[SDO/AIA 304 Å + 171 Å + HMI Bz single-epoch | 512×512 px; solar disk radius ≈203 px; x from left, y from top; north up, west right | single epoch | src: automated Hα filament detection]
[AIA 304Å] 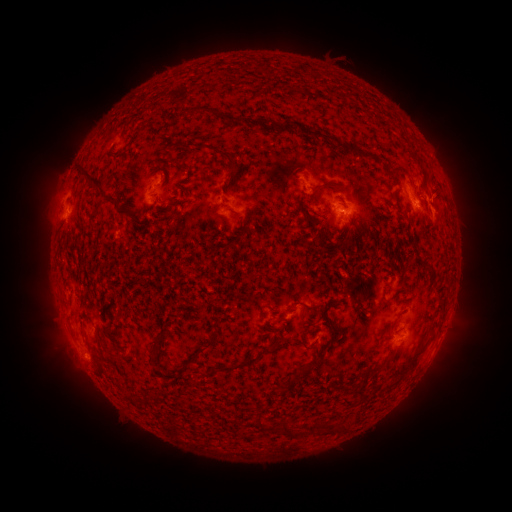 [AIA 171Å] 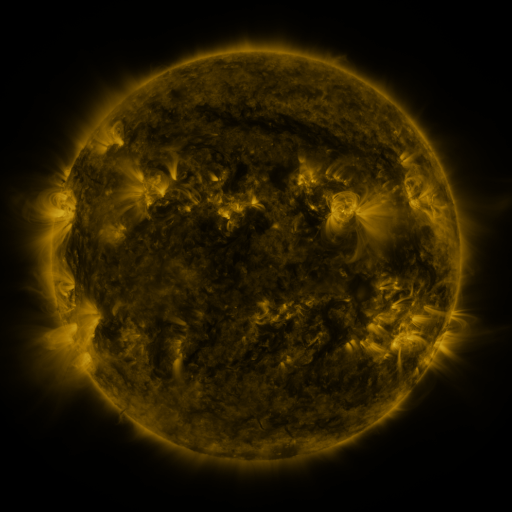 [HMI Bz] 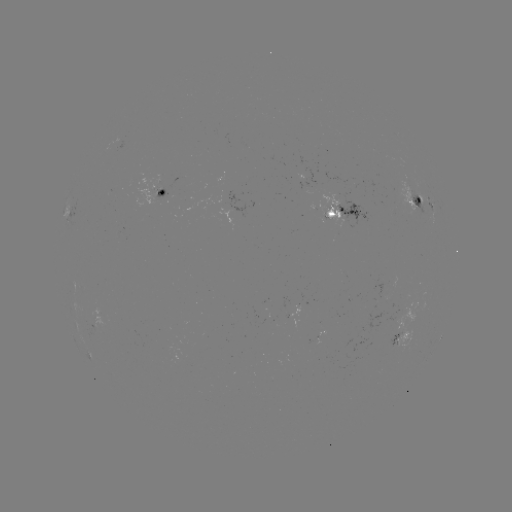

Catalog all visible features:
filament: (184, 106, 242, 124)
filament: (266, 122, 275, 131)
filament: (301, 124, 331, 141)
filament: (332, 139, 384, 164)
filament: (205, 146, 238, 174)
filament: (417, 161, 428, 189)
filament: (75, 166, 117, 205)
filament: (319, 180, 344, 189)
filament: (392, 187, 402, 212)
filament: (297, 195, 307, 214)
filament: (157, 197, 179, 206)
filament: (114, 208, 126, 218)
filament: (320, 212, 329, 222)
filament: (130, 217, 138, 227)
filament: (340, 233, 351, 248)
filament: (295, 299, 322, 310)
filament: (327, 318, 339, 339)
filament: (301, 328, 313, 349)
filament: (397, 338, 428, 375)
filament: (274, 339, 283, 347)
filament: (264, 345, 273, 354)
filament: (189, 346, 205, 365)
filament: (214, 353, 261, 373)
filament: (366, 358, 390, 376)
filament: (291, 360, 313, 383)
filament: (348, 379, 361, 391)
filament: (386, 380, 395, 388)
filament: (257, 416, 301, 439)
filament: (317, 420, 339, 434)
filament: (342, 422, 353, 431)
